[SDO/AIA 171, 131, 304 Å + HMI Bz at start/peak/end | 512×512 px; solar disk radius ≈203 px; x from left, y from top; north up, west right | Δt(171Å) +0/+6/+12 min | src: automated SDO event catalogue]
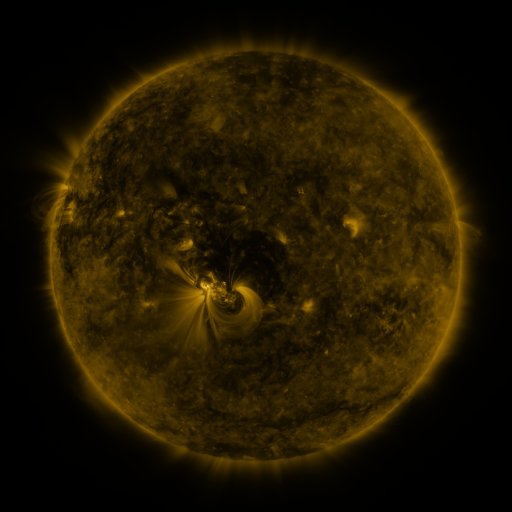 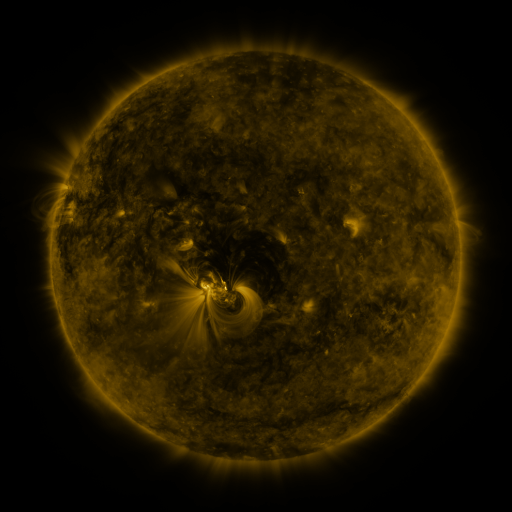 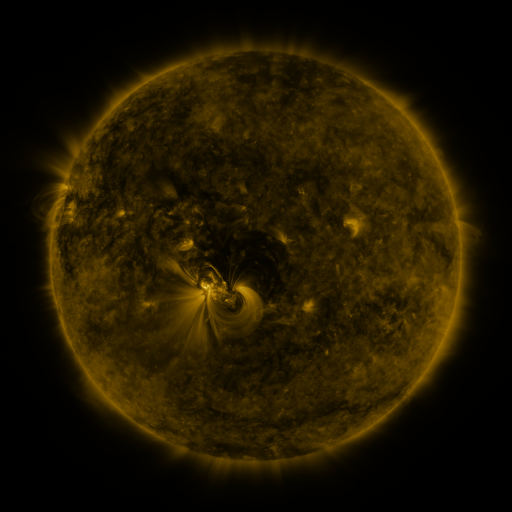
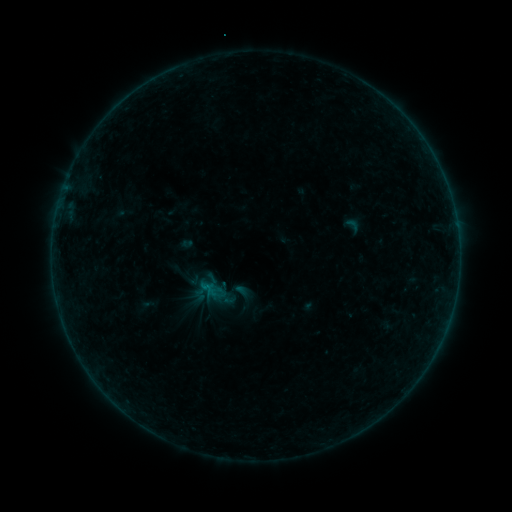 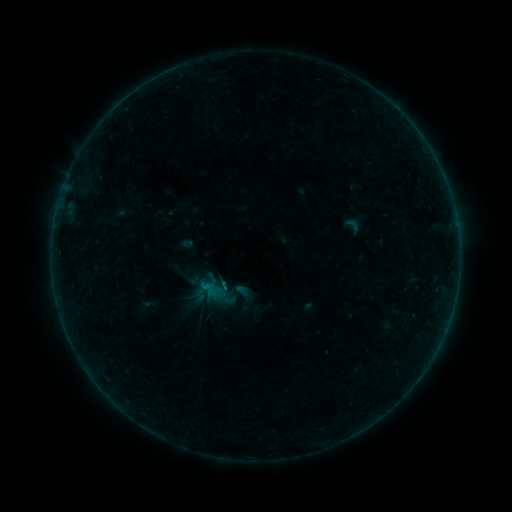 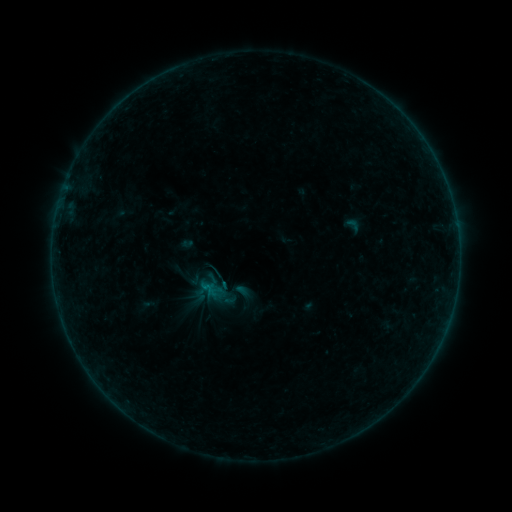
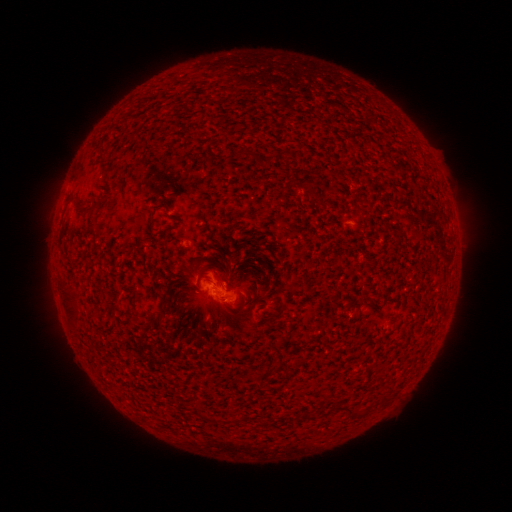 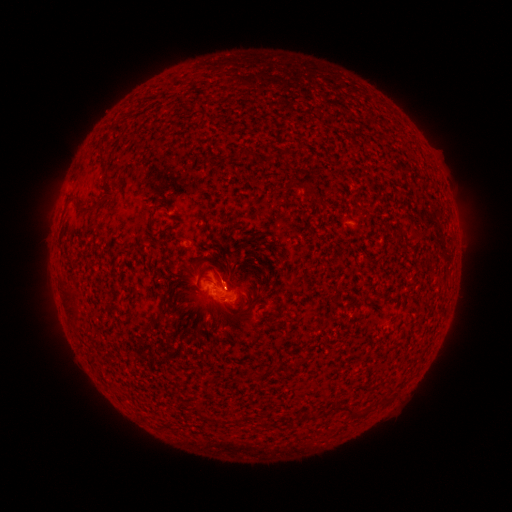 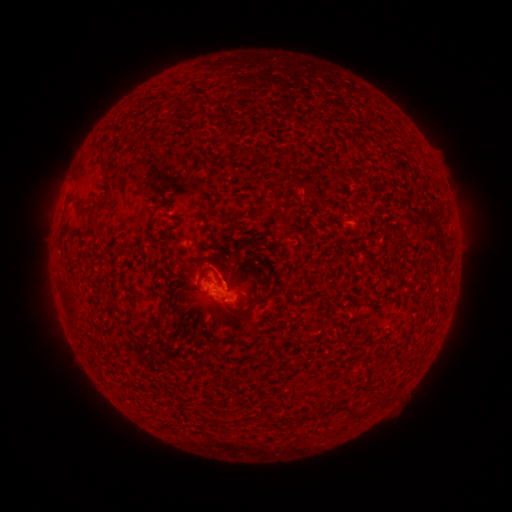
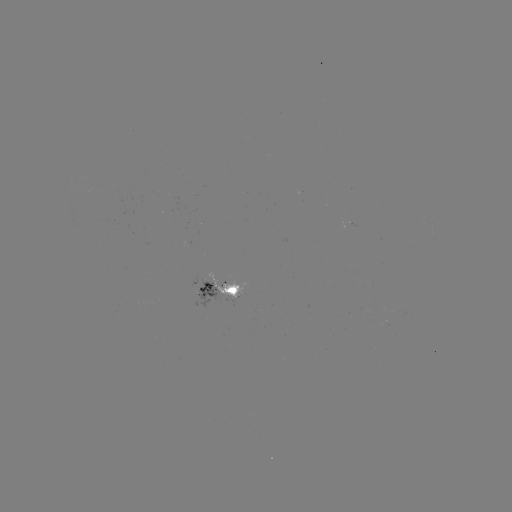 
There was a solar flare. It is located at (224, 284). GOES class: B3.2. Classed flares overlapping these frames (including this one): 1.